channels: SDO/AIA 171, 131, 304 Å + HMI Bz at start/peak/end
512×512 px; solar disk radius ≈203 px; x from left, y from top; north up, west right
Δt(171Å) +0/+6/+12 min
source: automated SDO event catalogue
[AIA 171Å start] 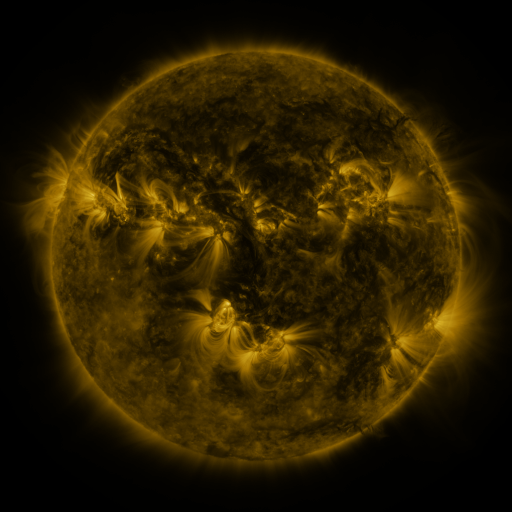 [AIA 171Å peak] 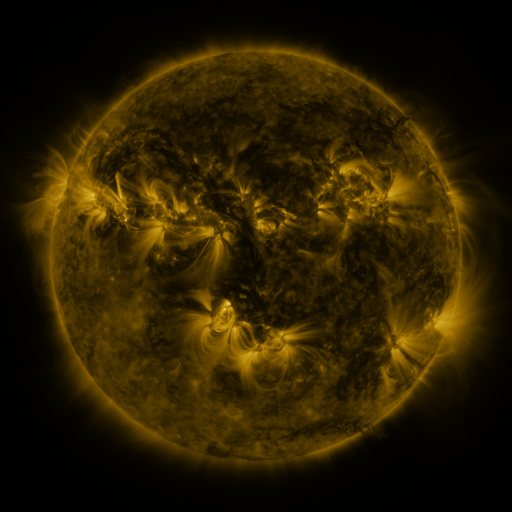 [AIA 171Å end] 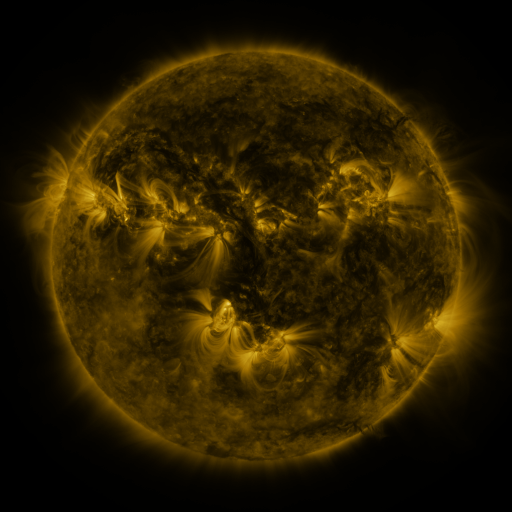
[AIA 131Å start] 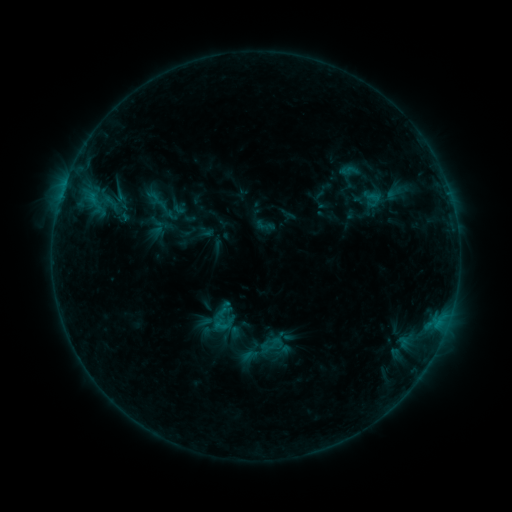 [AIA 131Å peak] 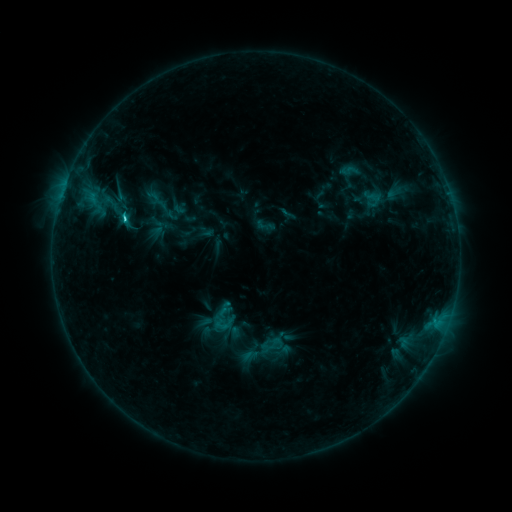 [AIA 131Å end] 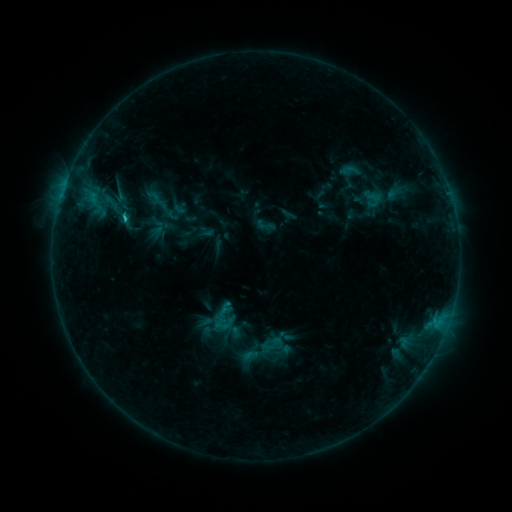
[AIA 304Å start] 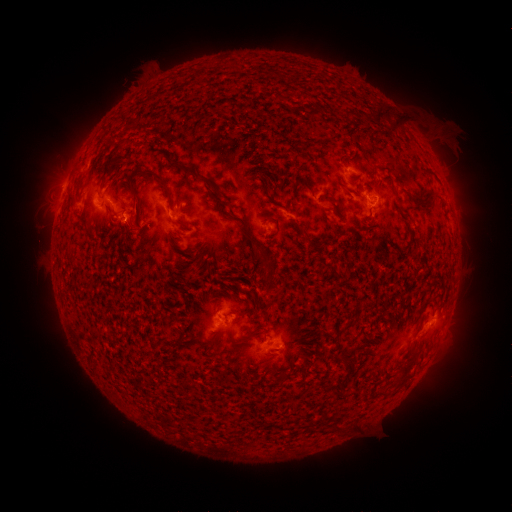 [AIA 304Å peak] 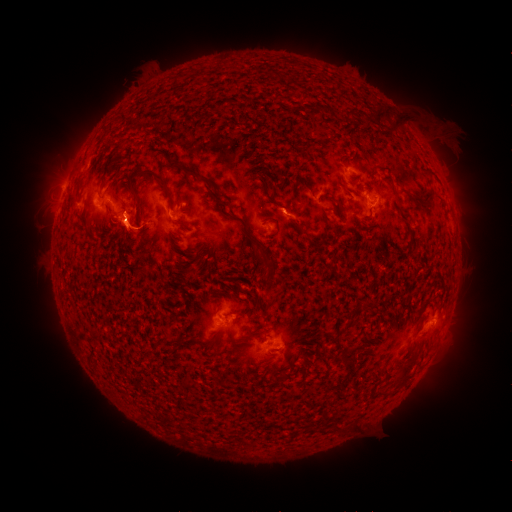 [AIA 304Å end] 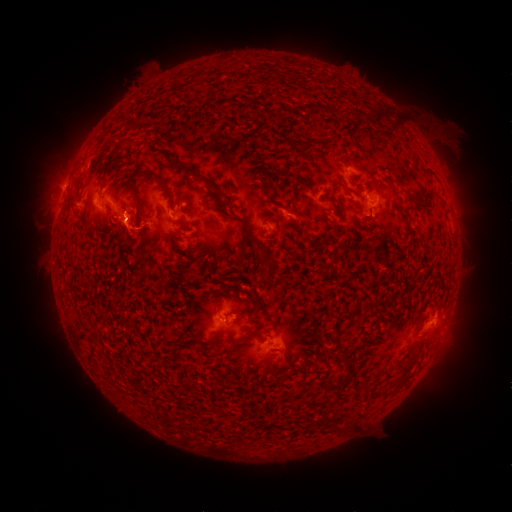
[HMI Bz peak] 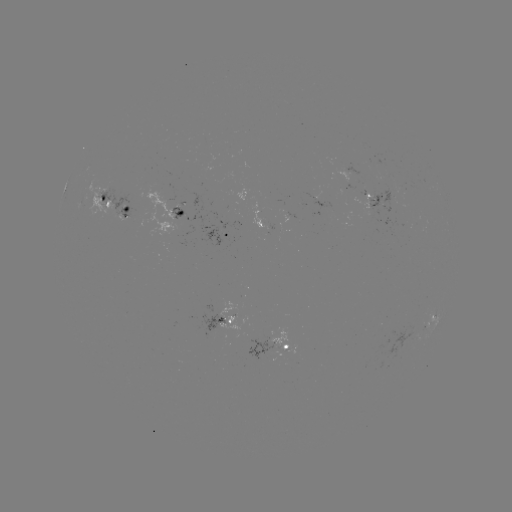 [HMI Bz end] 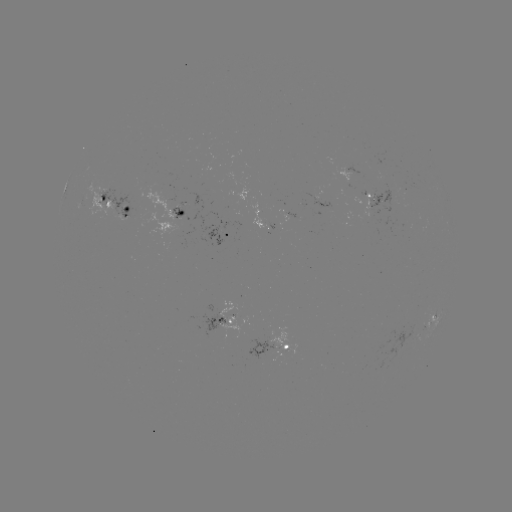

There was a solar flare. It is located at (127, 218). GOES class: C1.6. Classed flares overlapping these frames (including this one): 1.